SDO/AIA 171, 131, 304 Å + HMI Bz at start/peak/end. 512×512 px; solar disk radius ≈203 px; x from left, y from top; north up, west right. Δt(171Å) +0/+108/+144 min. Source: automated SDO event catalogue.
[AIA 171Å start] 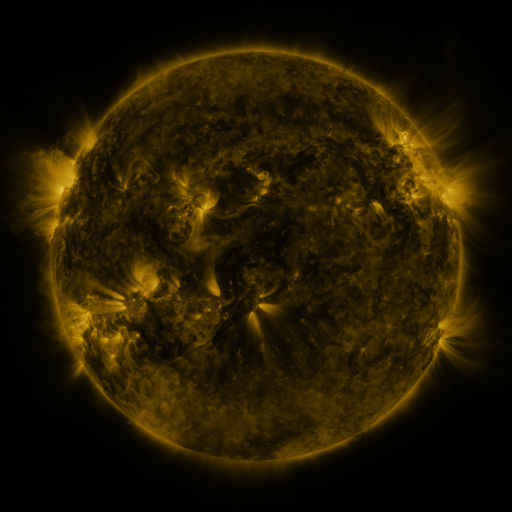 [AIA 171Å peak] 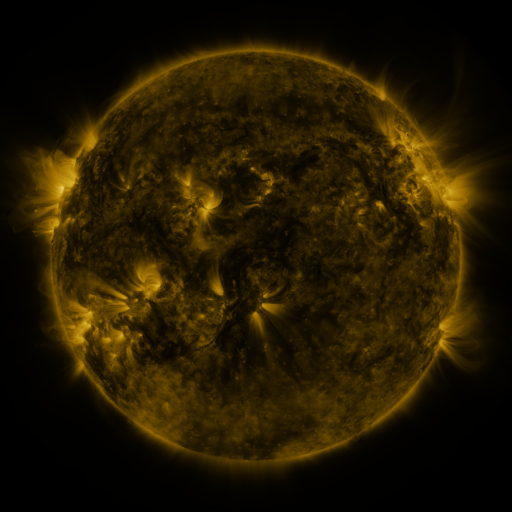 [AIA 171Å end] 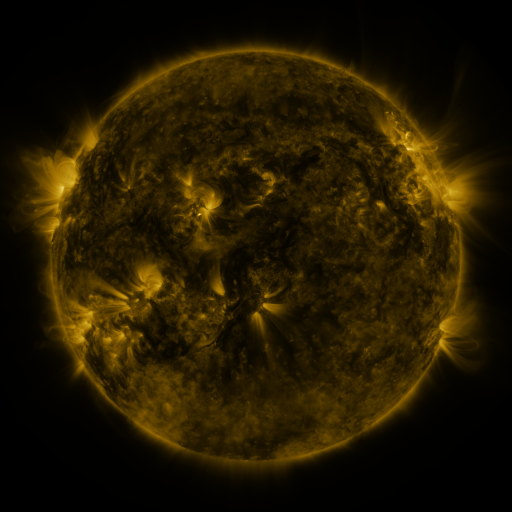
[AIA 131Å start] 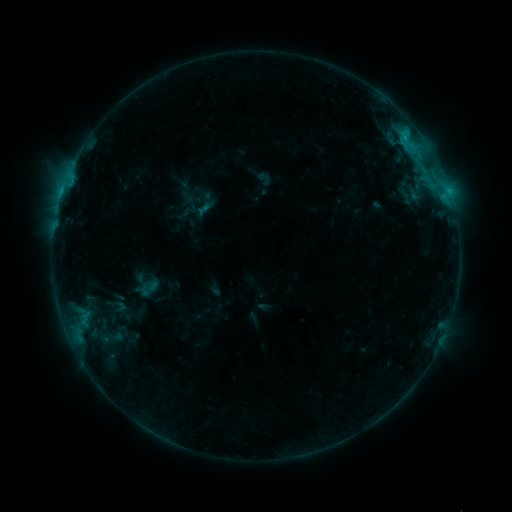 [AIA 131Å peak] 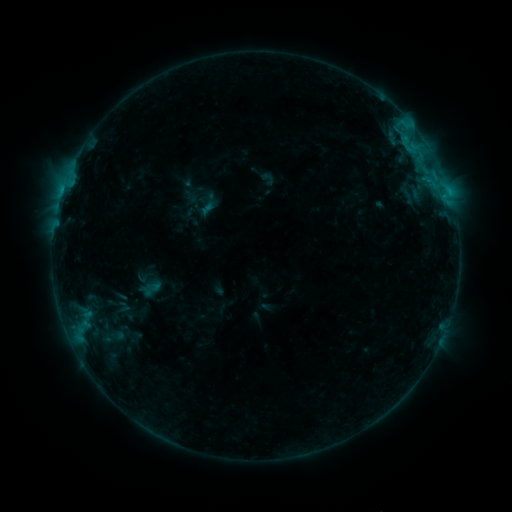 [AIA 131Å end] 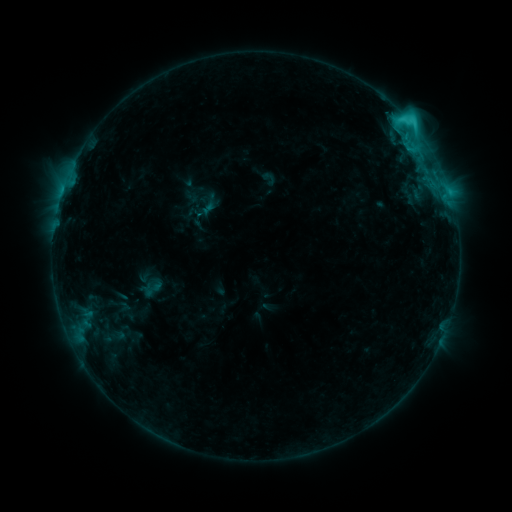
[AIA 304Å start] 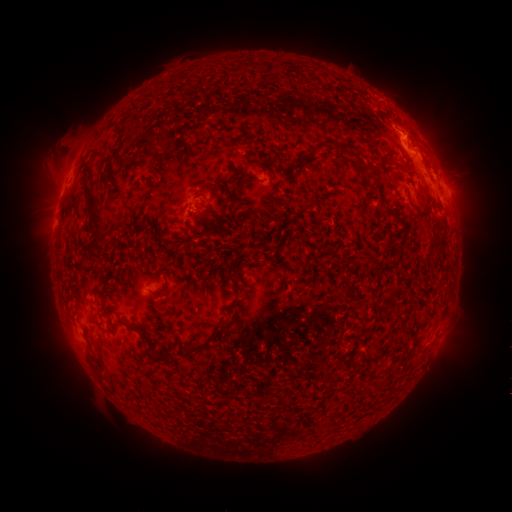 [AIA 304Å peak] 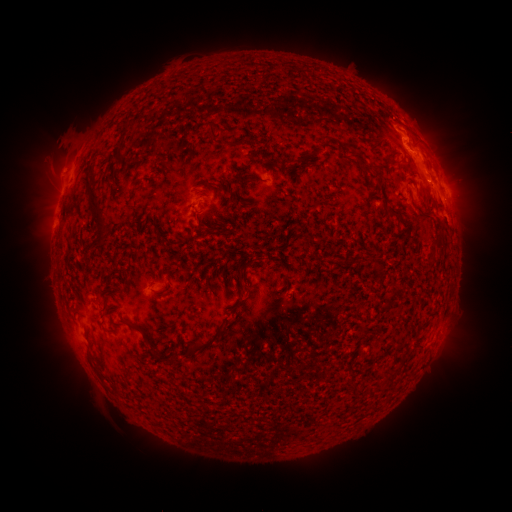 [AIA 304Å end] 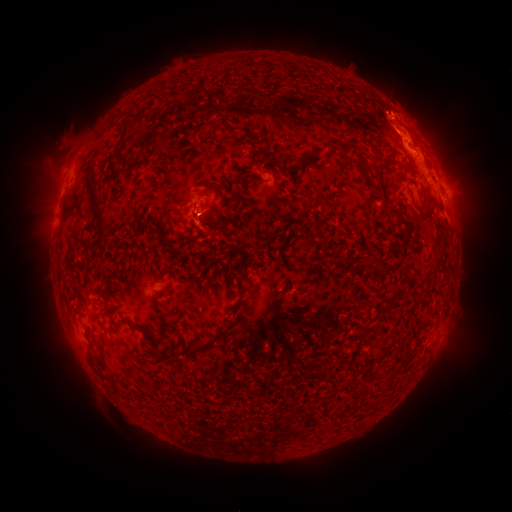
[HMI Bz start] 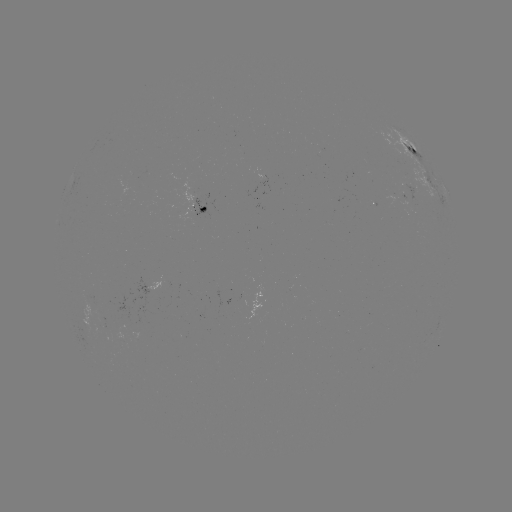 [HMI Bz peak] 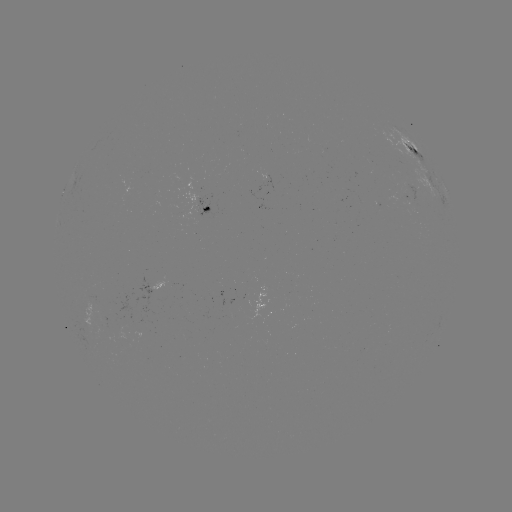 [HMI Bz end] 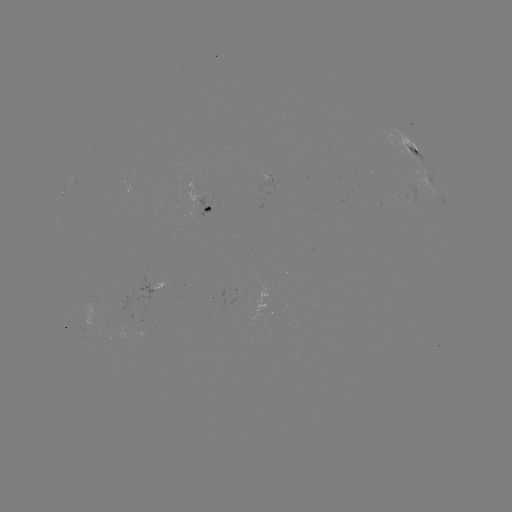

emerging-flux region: (410, 203, 420, 209)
